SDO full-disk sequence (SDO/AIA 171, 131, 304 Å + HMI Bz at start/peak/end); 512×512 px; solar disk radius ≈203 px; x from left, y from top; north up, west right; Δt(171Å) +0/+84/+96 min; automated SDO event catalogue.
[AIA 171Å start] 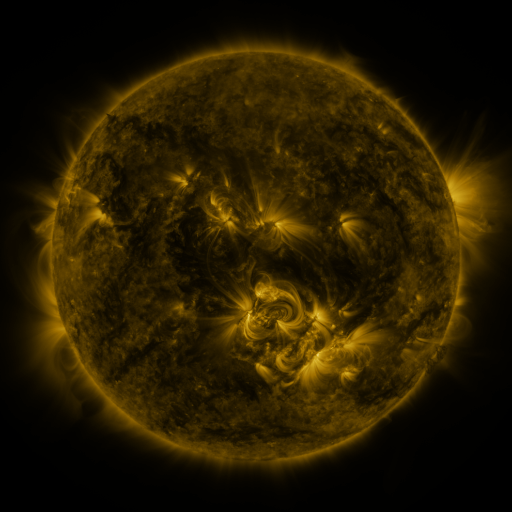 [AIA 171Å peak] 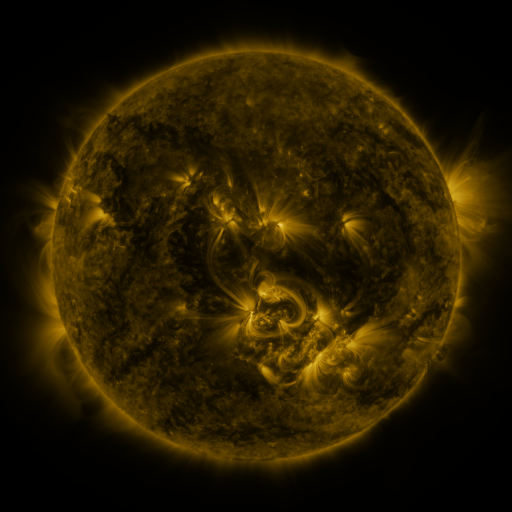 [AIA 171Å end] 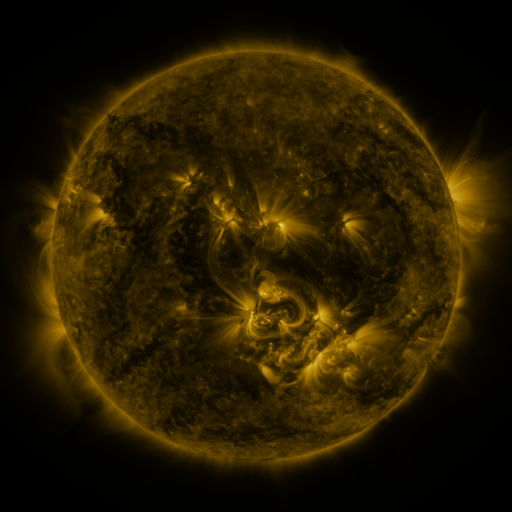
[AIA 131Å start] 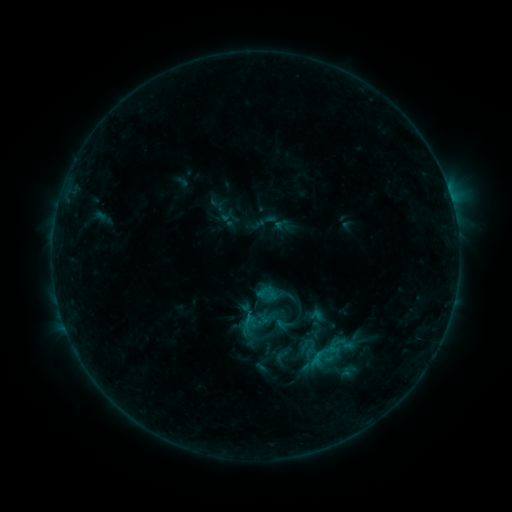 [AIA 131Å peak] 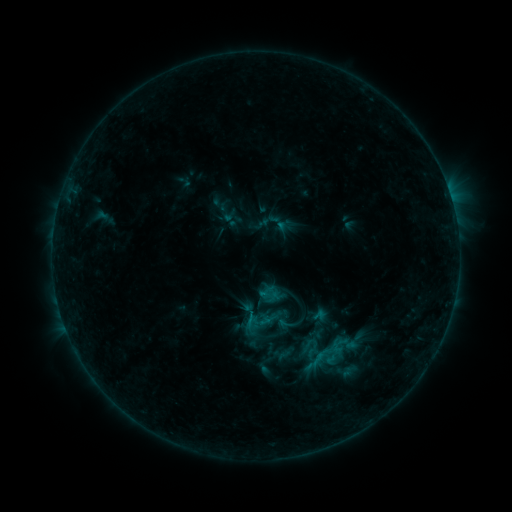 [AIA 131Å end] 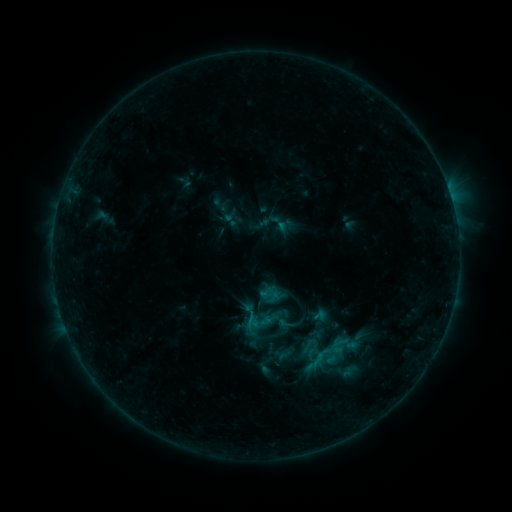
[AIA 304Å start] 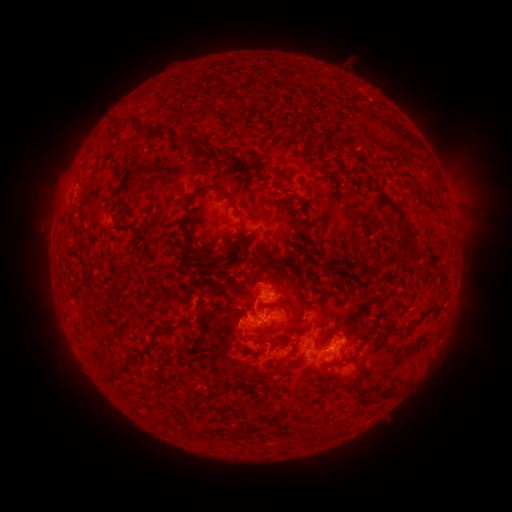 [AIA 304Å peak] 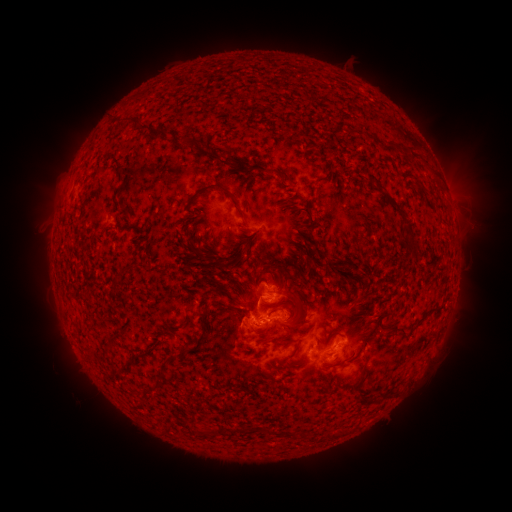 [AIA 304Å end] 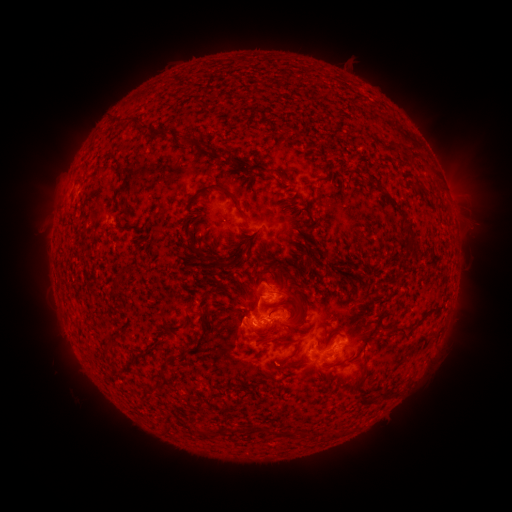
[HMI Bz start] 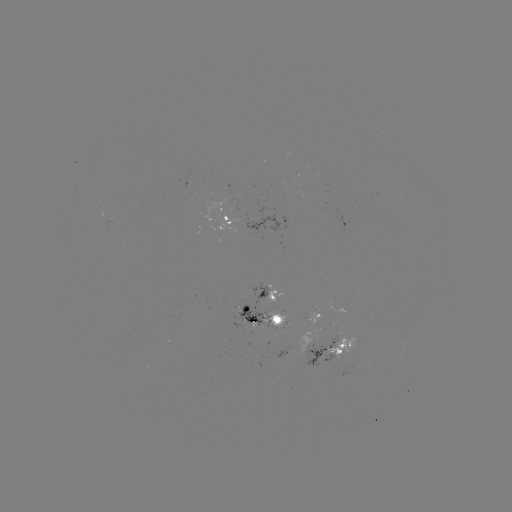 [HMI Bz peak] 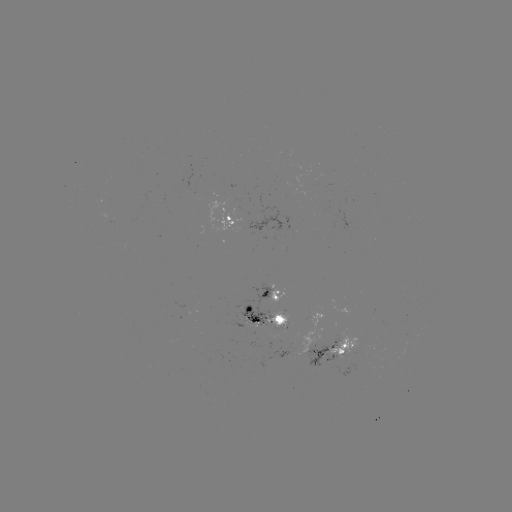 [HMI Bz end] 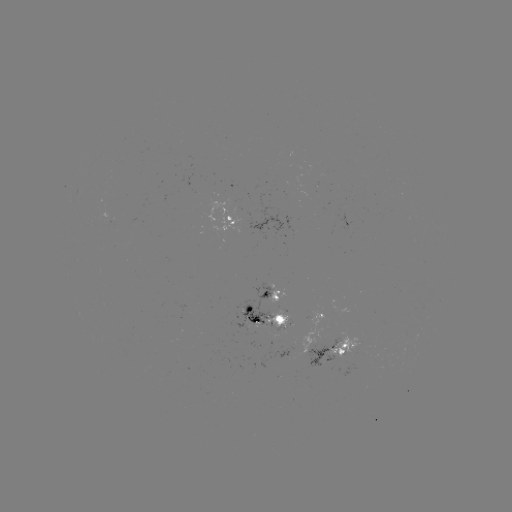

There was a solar emerging-flux region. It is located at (282, 323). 